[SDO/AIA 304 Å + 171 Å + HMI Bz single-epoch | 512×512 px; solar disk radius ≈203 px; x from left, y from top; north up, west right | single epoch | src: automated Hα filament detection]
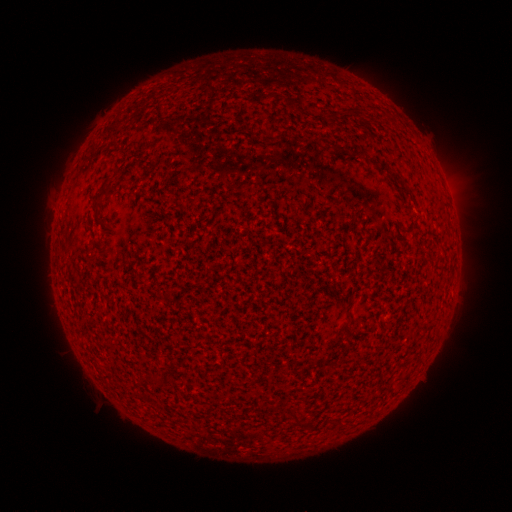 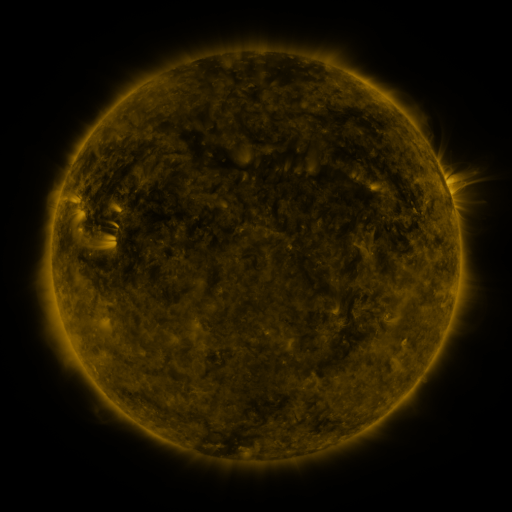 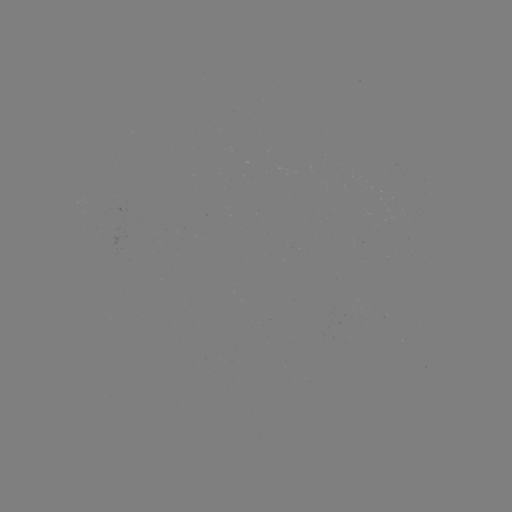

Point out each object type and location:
filament: (328, 115)
filament: (370, 161)
filament: (404, 189)
filament: (98, 196)
filament: (349, 321)
filament: (299, 421)
